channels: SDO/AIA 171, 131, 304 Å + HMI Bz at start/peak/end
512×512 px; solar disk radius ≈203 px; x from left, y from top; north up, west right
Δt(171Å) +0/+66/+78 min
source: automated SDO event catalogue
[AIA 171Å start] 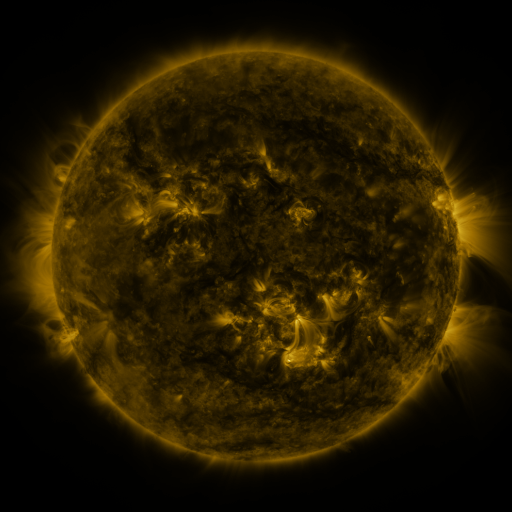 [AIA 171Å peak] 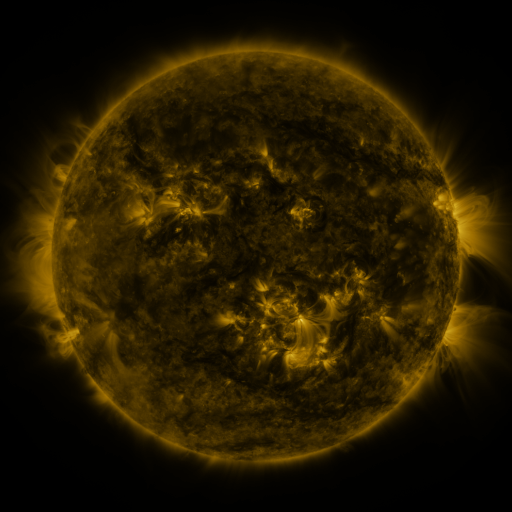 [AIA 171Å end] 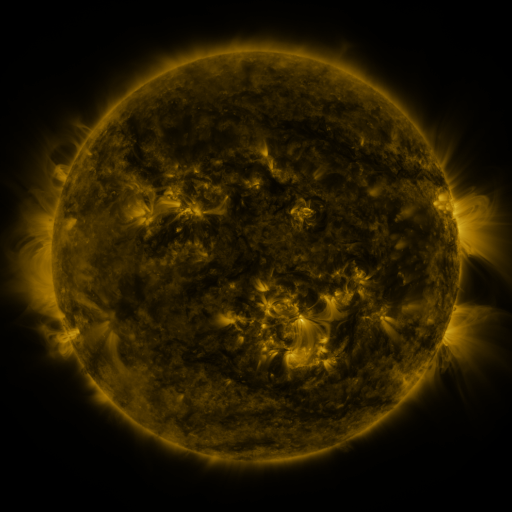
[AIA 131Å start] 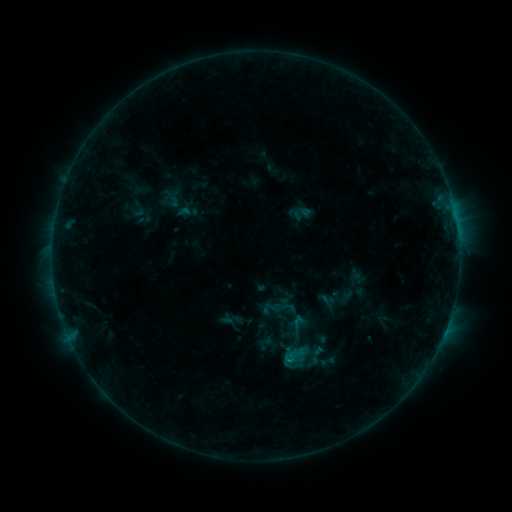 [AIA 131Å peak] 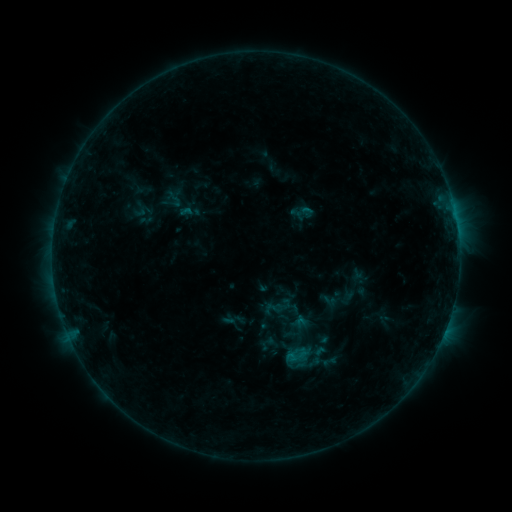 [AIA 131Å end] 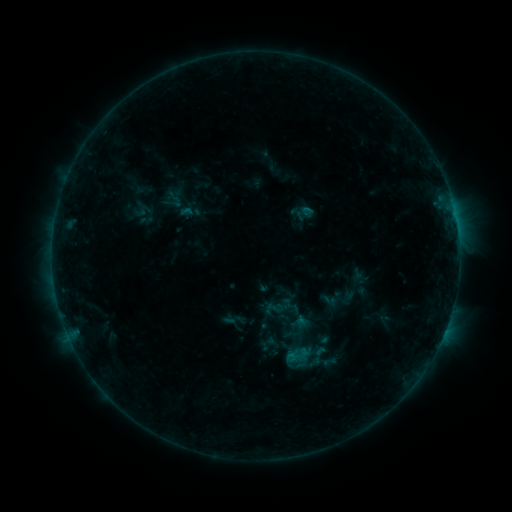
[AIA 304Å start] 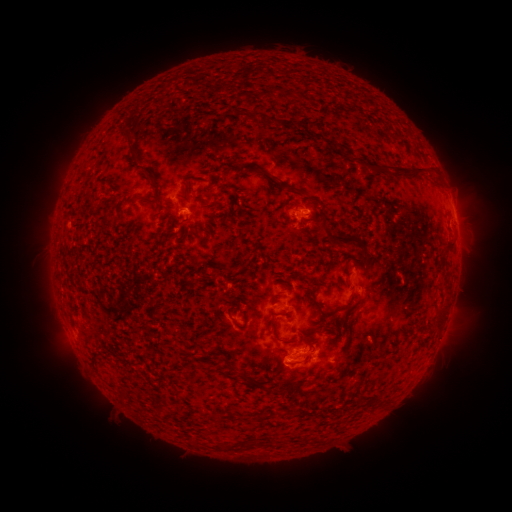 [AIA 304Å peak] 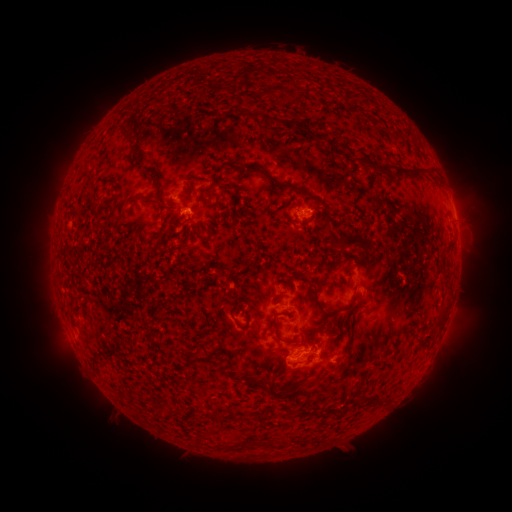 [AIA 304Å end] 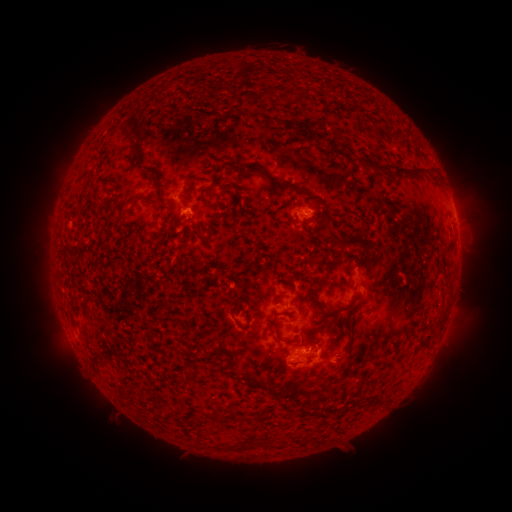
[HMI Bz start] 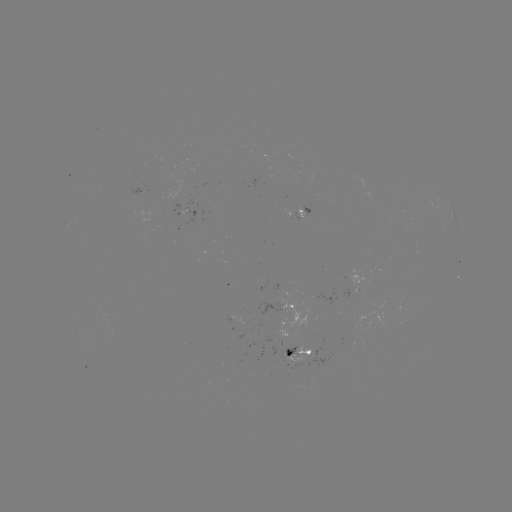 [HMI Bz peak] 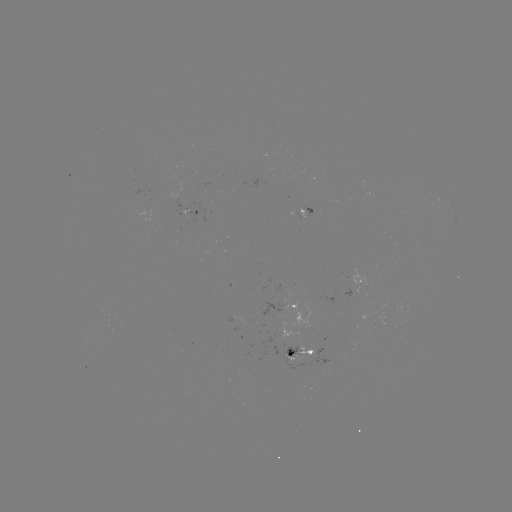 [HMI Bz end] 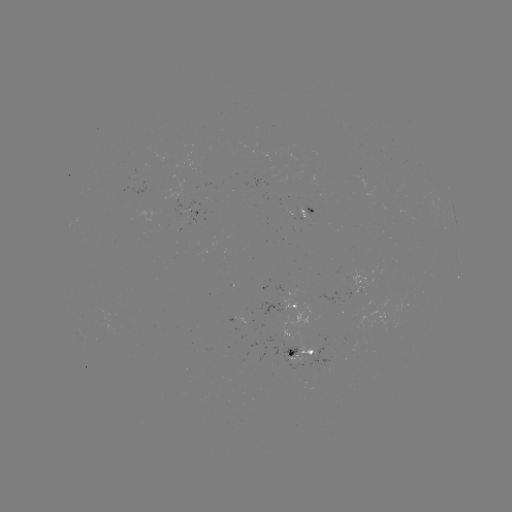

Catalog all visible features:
emerging-flux region: (289, 342)
